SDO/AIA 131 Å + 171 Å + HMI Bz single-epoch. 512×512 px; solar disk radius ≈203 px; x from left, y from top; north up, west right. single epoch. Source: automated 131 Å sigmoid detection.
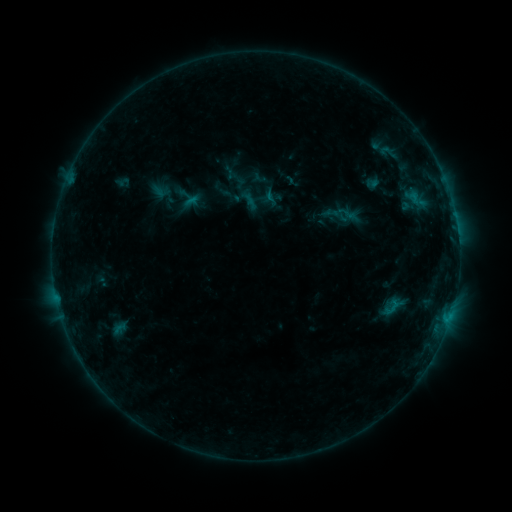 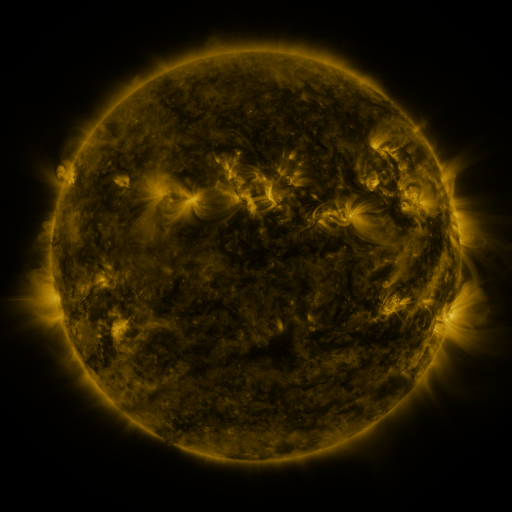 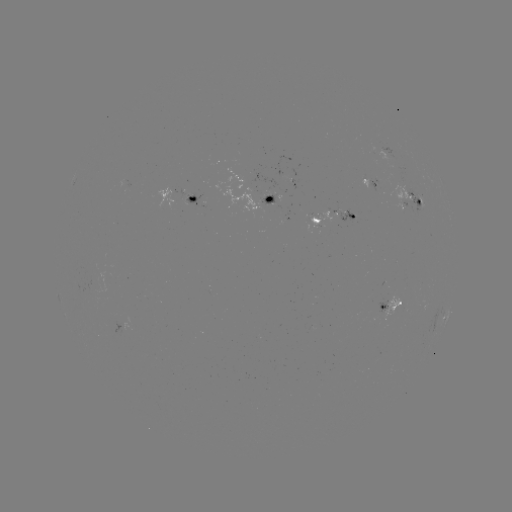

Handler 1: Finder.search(sigmoid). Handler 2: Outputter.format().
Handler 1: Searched sigmoid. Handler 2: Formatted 345,215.